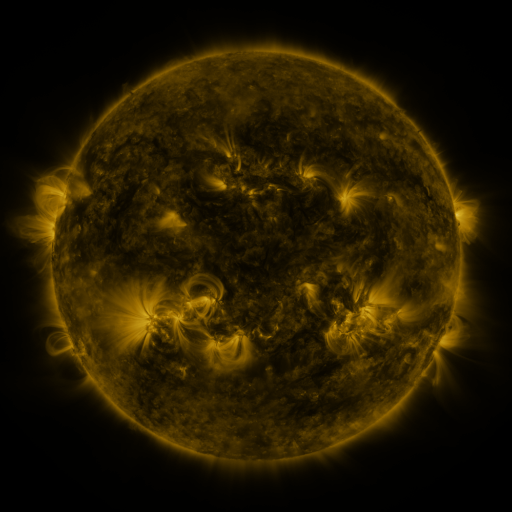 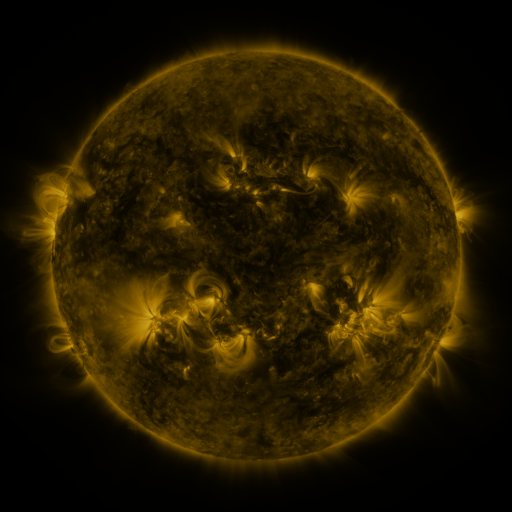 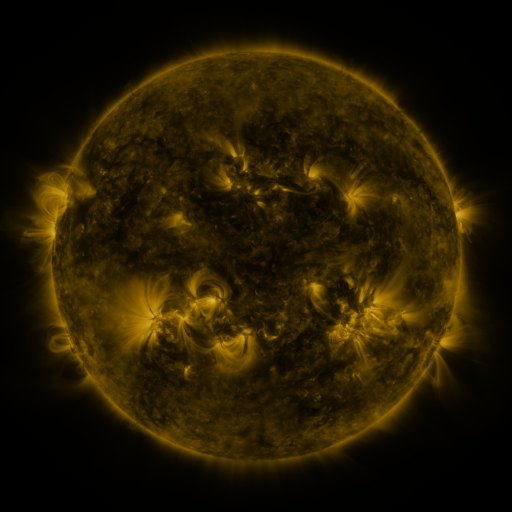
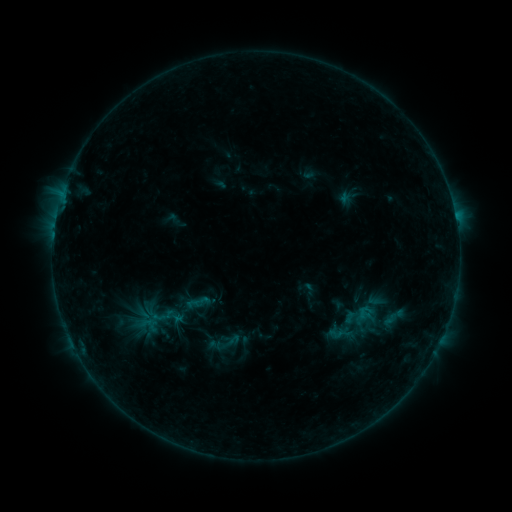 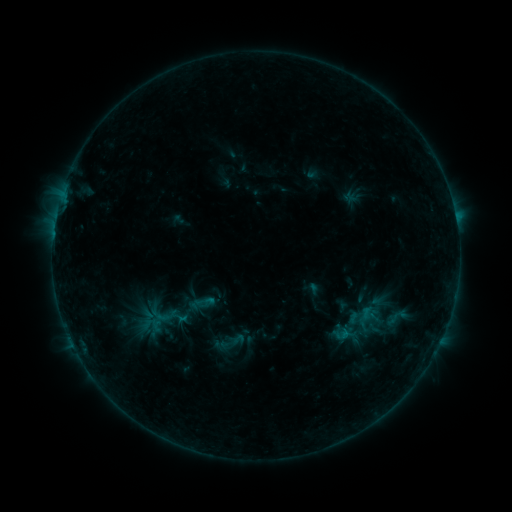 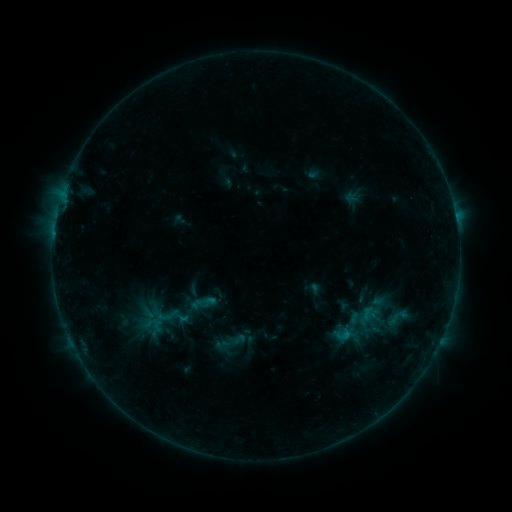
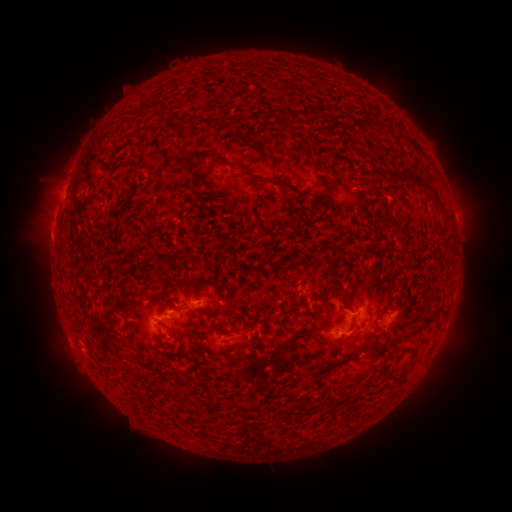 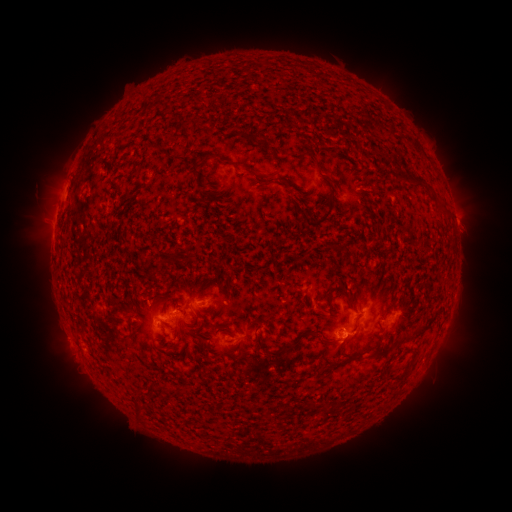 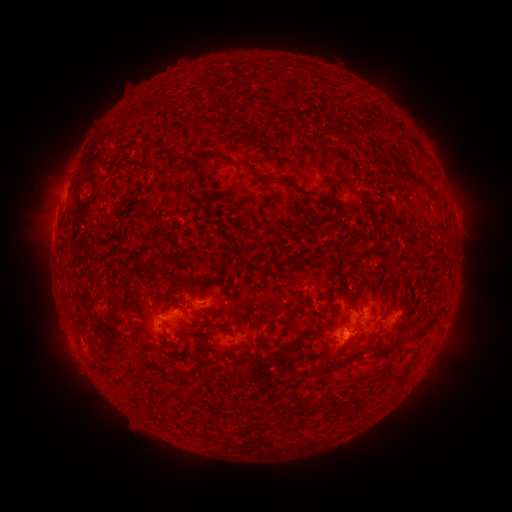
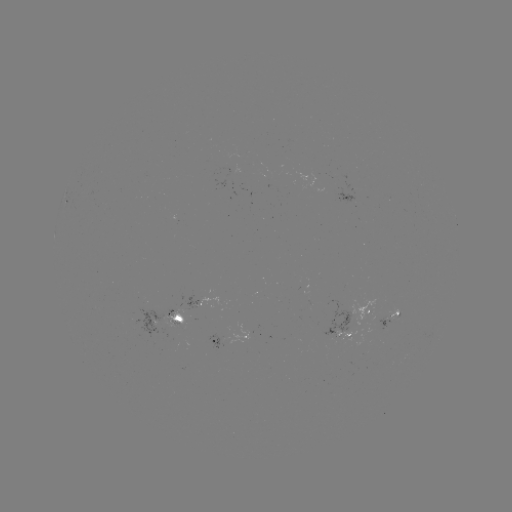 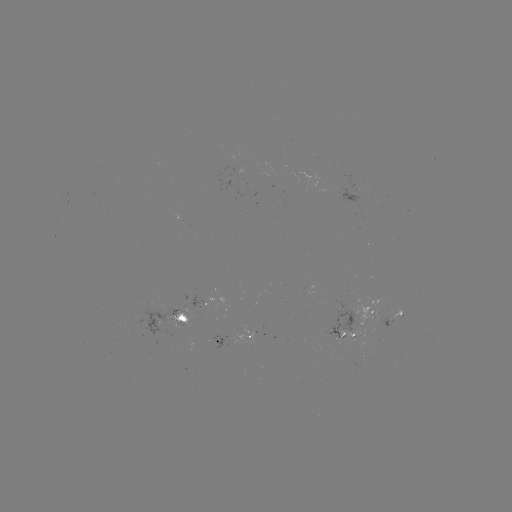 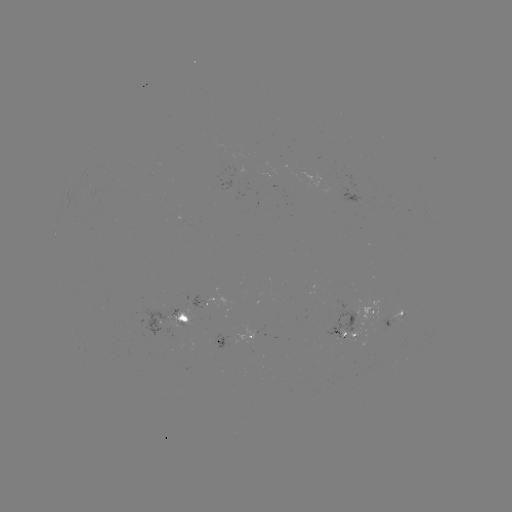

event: emerging-flux region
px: (354, 200)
